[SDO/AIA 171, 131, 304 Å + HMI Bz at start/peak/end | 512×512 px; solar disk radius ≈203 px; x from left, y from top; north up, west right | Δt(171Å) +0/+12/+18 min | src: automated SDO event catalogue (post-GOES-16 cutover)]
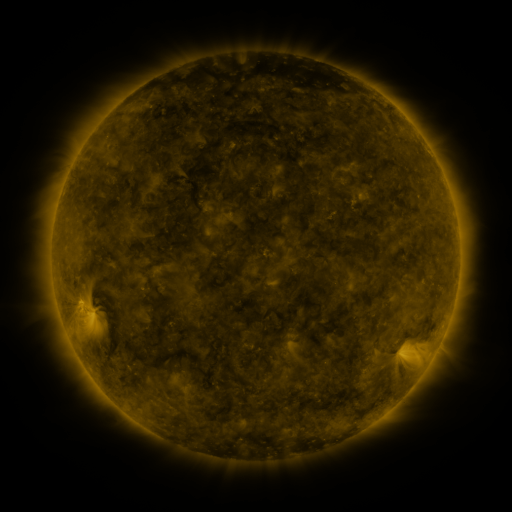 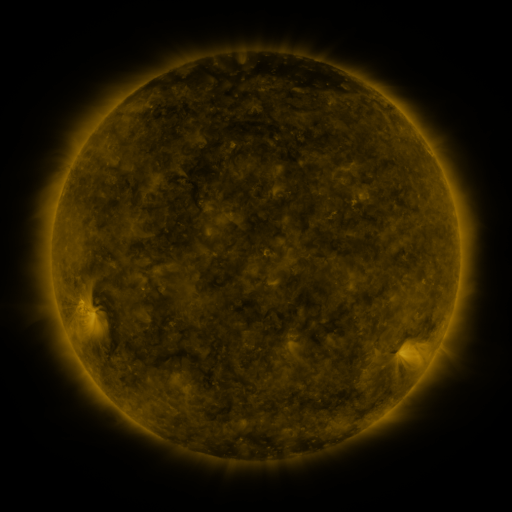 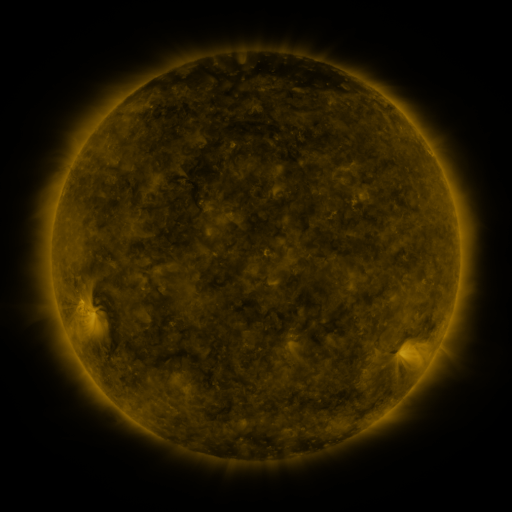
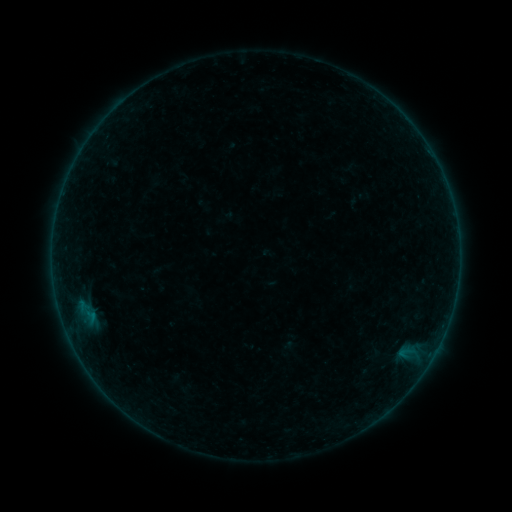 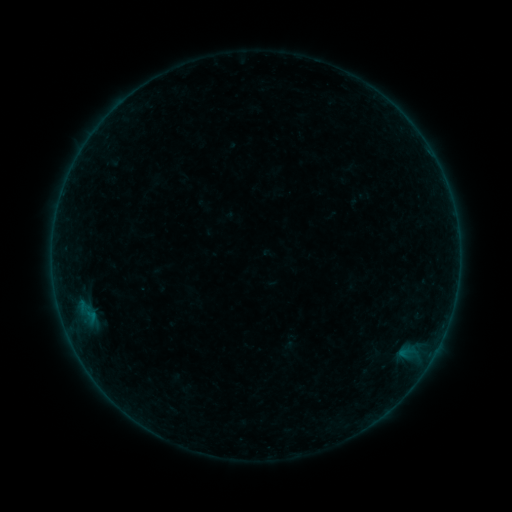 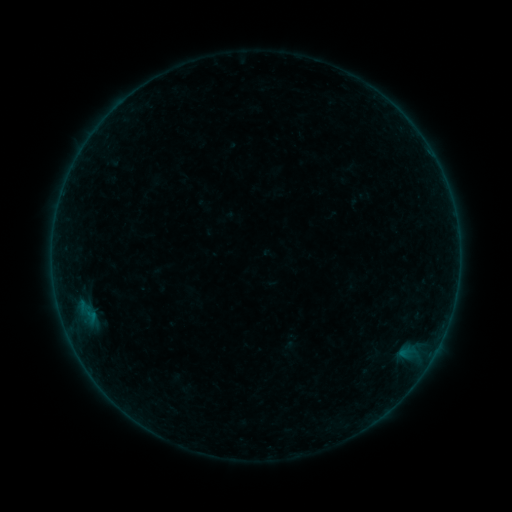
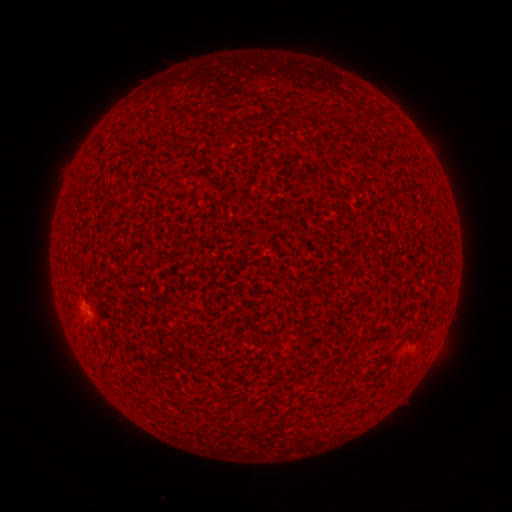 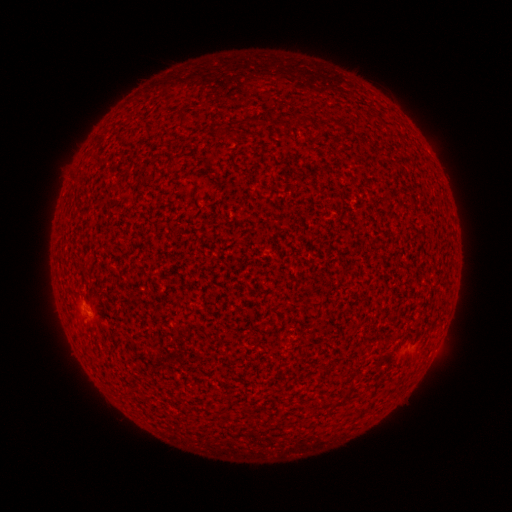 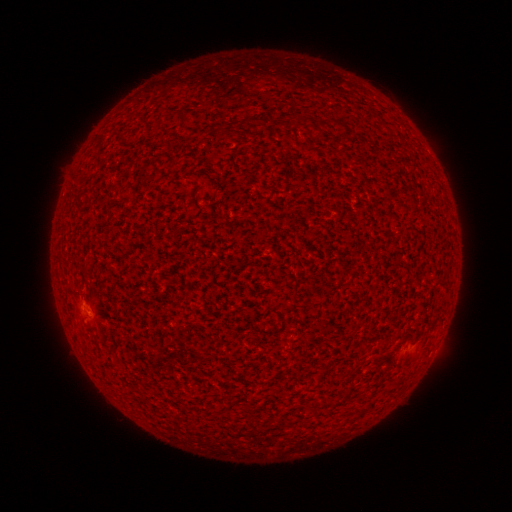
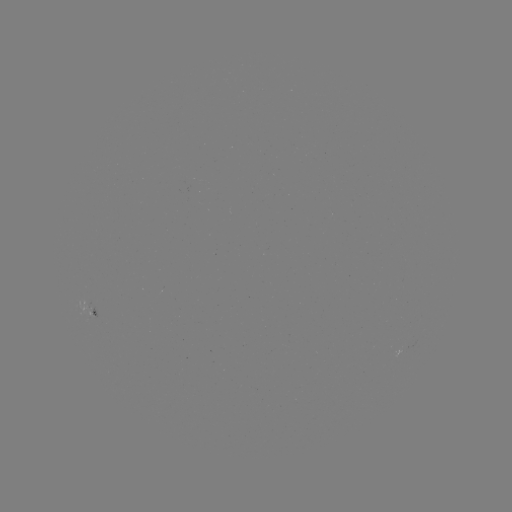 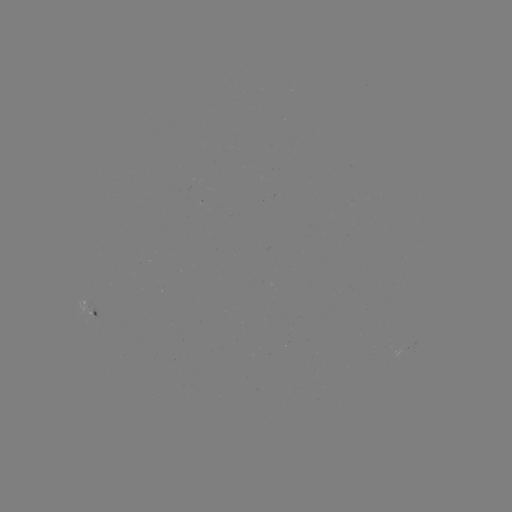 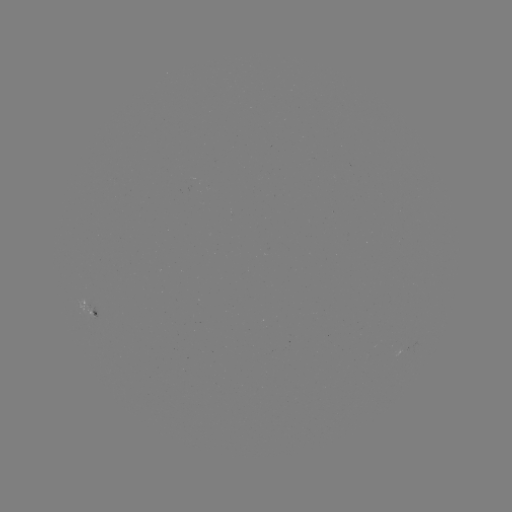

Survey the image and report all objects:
A3.2 flare: (82, 311)
